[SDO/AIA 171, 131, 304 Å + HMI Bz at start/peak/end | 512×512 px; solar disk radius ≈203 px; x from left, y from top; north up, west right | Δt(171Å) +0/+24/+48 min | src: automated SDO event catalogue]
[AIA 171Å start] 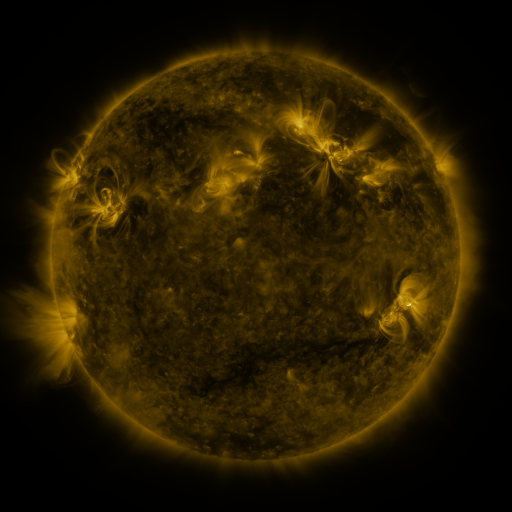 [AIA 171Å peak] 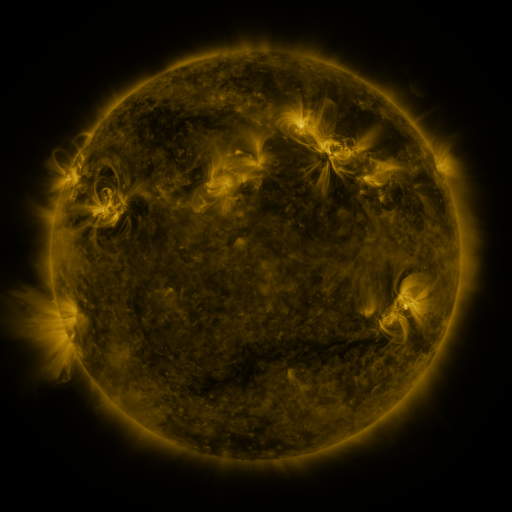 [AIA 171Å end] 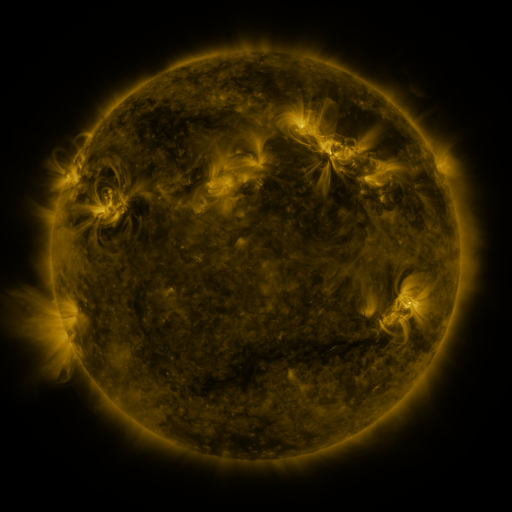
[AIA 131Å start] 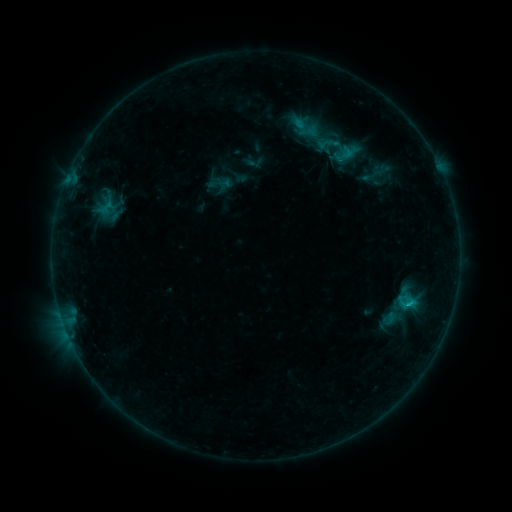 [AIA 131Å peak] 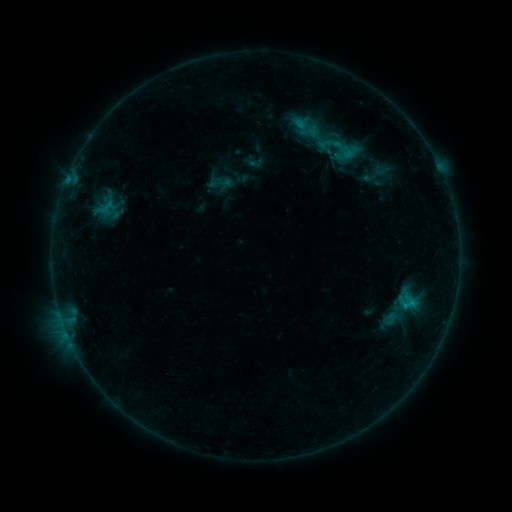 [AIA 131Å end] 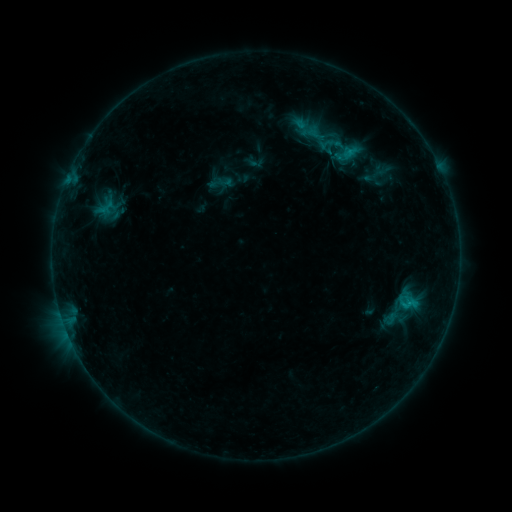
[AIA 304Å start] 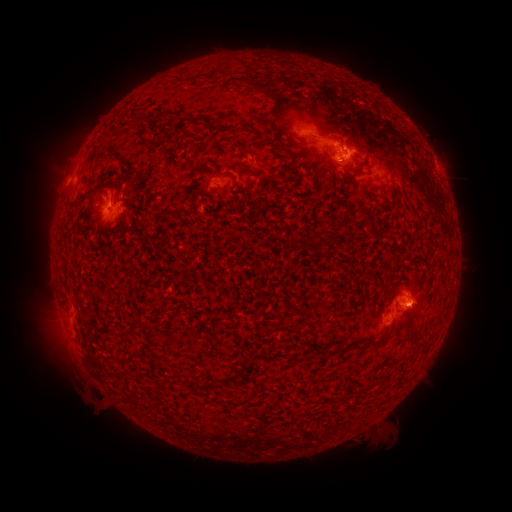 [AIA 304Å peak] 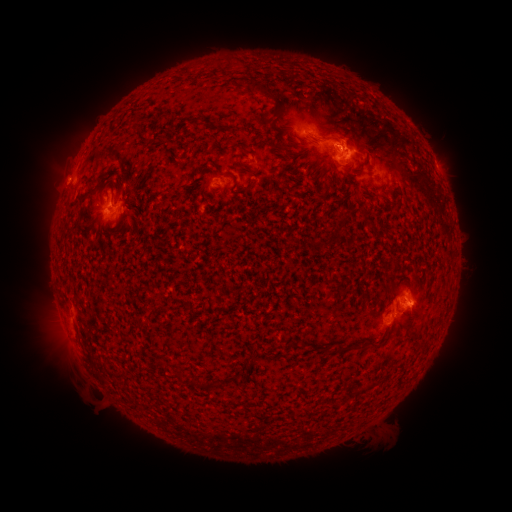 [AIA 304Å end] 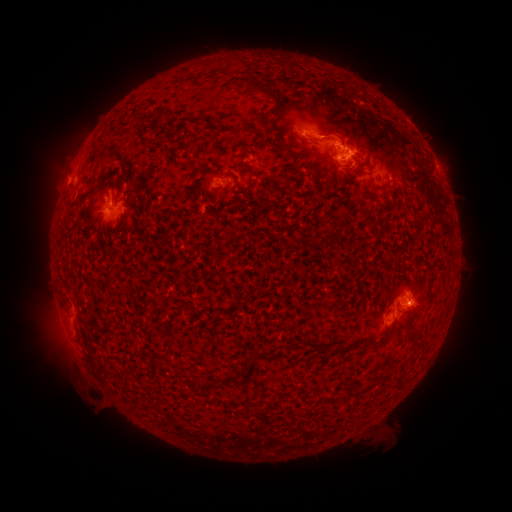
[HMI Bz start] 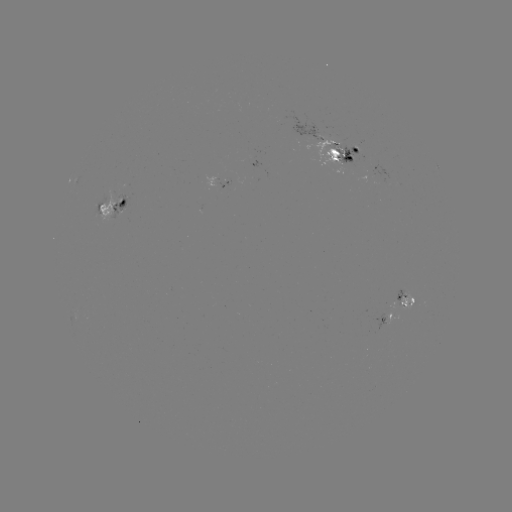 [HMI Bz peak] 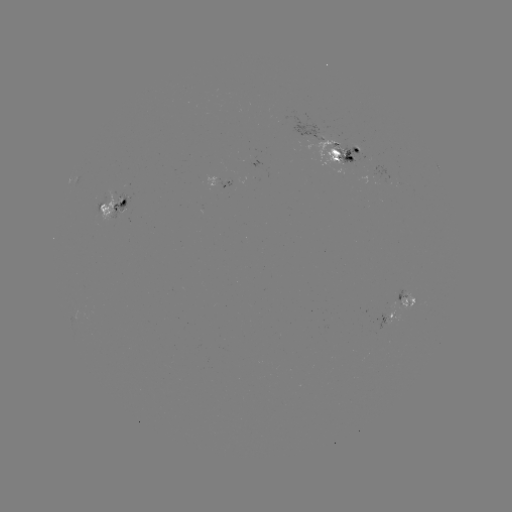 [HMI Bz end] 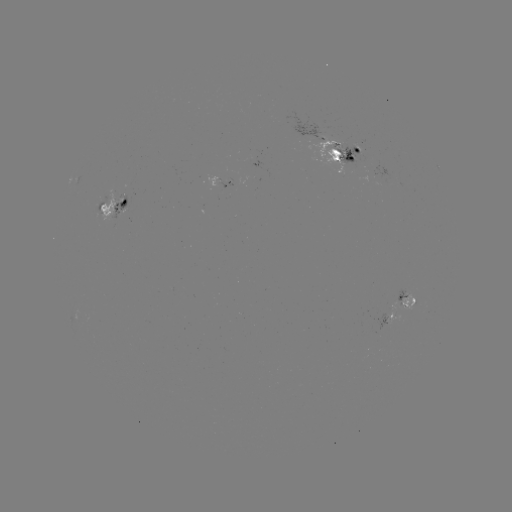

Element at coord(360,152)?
emerging-flux region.